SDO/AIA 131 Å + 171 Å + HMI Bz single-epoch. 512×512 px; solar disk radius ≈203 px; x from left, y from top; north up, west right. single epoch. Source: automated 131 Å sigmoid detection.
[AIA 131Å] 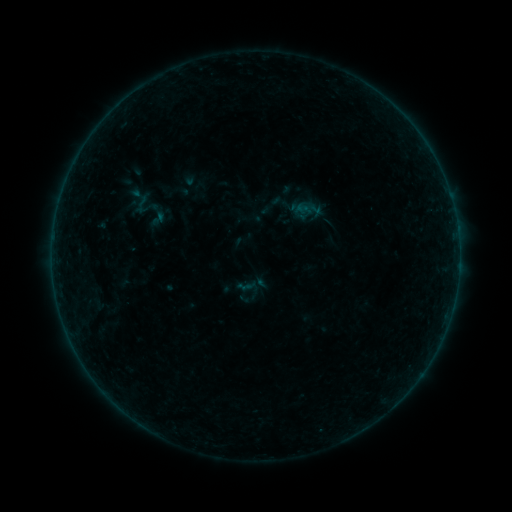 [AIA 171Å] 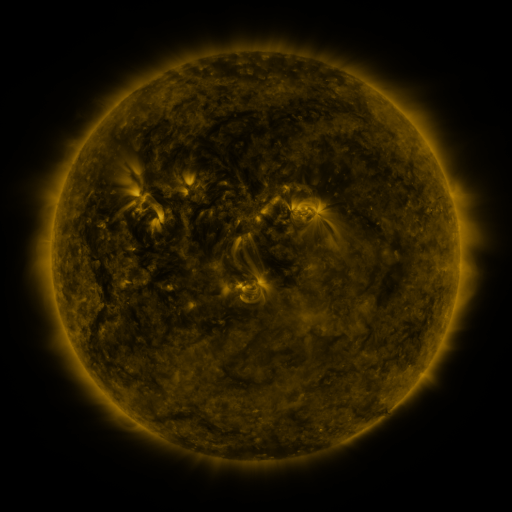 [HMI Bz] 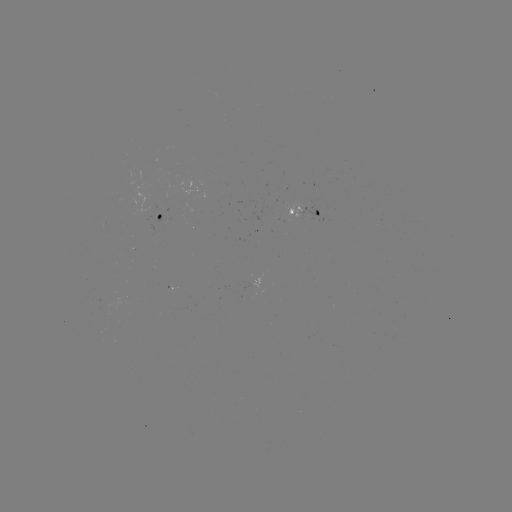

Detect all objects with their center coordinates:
sigmoid: (148, 209, 167, 228)
sigmoid: (233, 274, 263, 303)
